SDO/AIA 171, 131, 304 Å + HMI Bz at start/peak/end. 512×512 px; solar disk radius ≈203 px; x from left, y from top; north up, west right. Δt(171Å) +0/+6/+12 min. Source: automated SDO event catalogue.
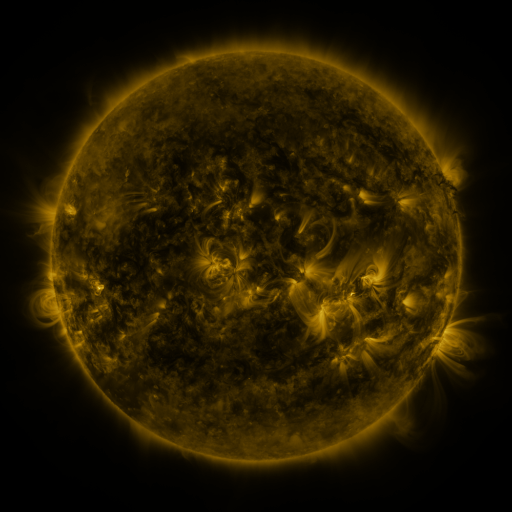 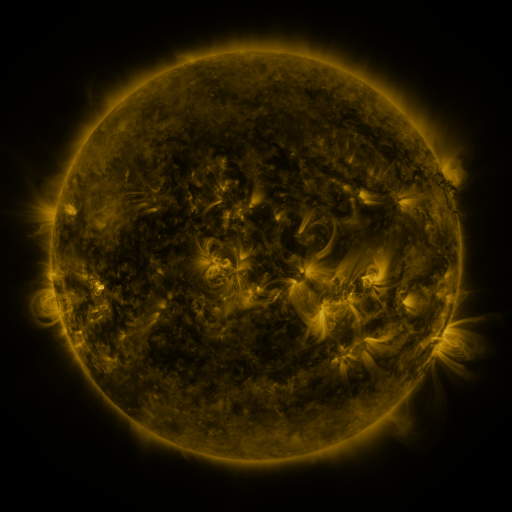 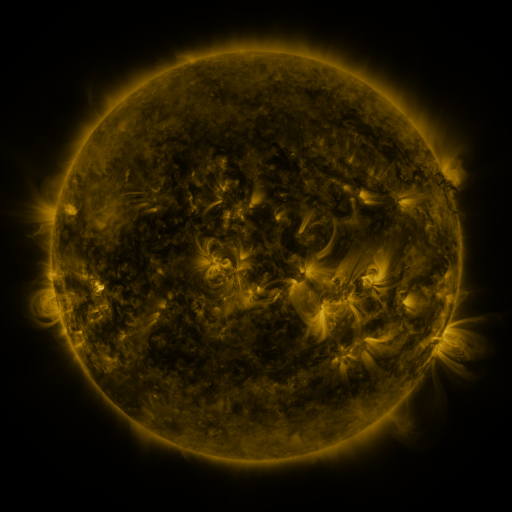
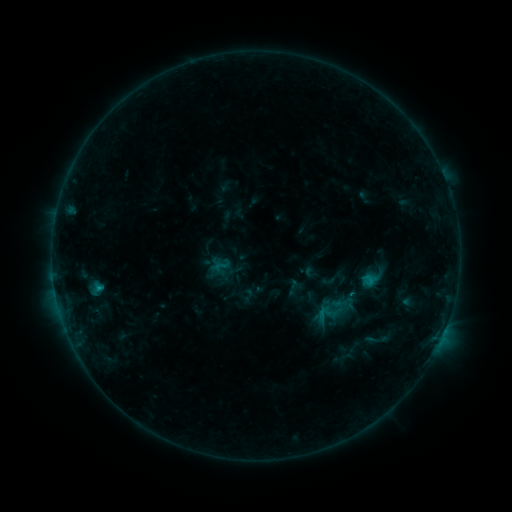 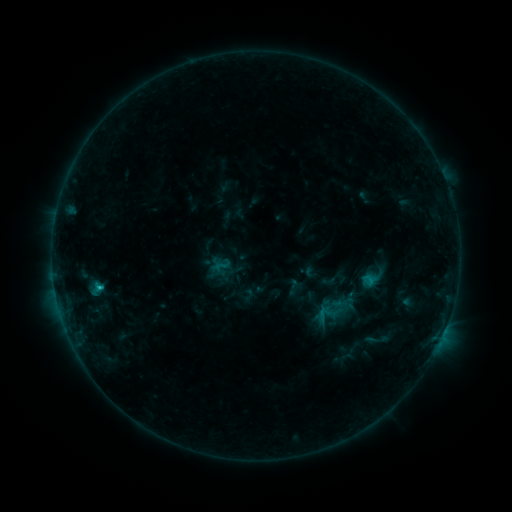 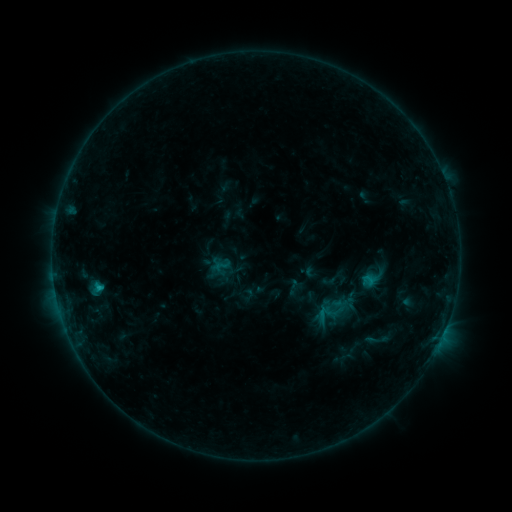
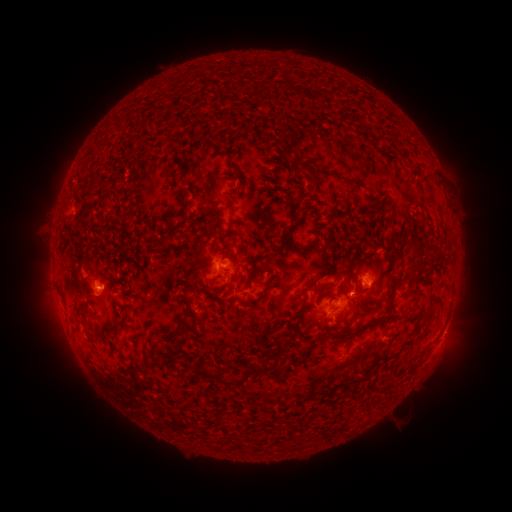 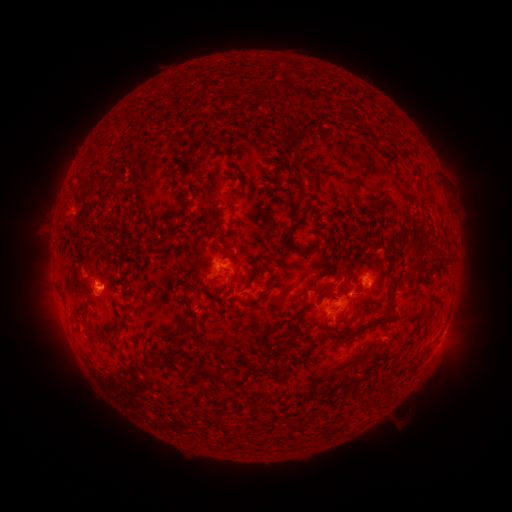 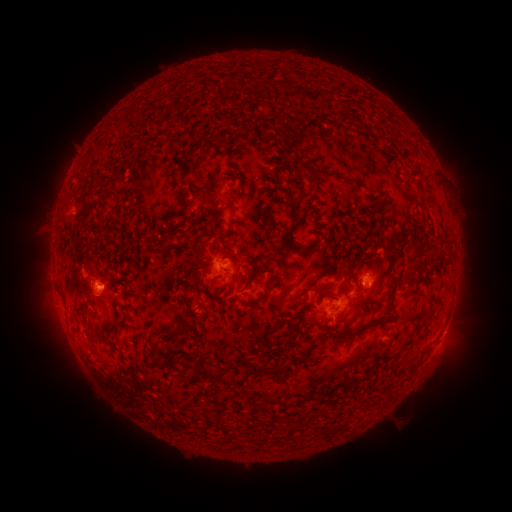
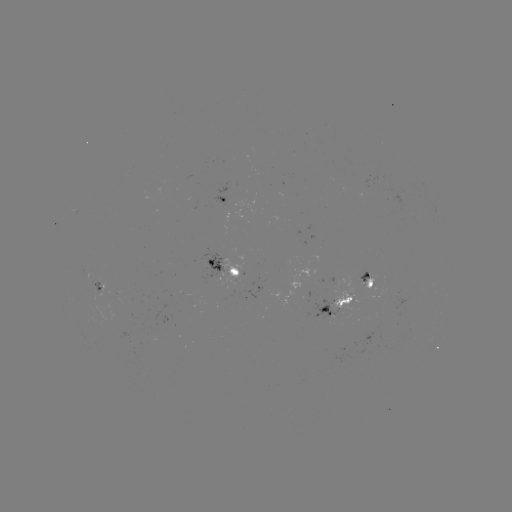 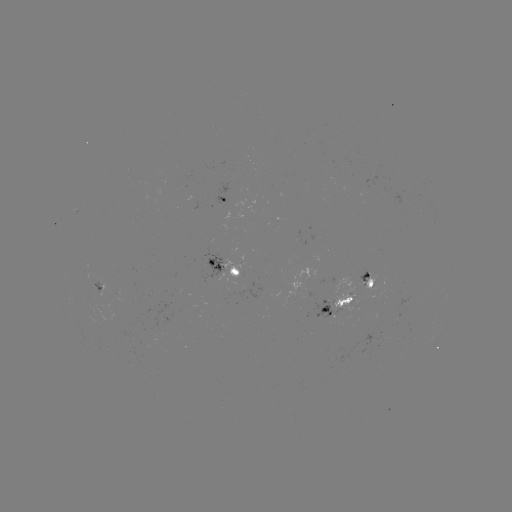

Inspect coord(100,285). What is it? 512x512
C1.0 flare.